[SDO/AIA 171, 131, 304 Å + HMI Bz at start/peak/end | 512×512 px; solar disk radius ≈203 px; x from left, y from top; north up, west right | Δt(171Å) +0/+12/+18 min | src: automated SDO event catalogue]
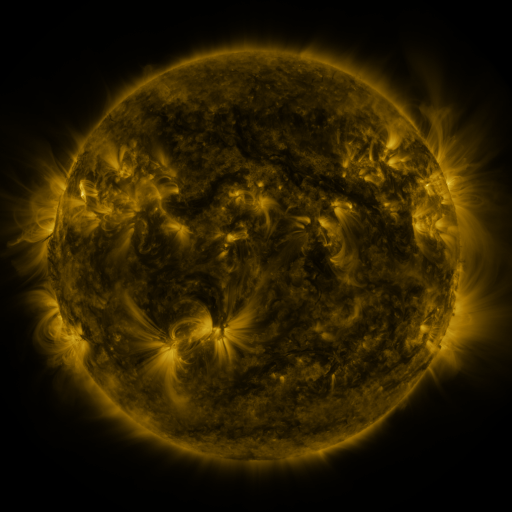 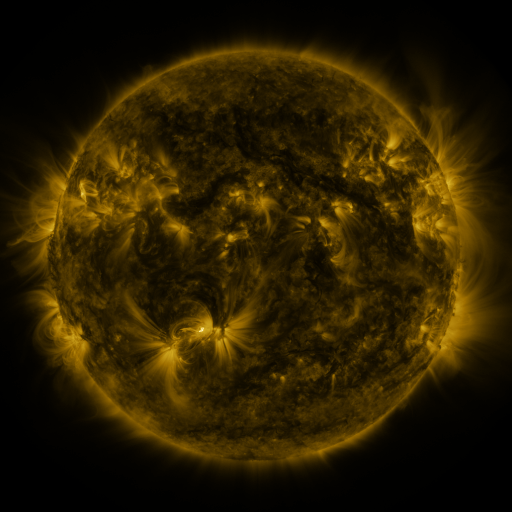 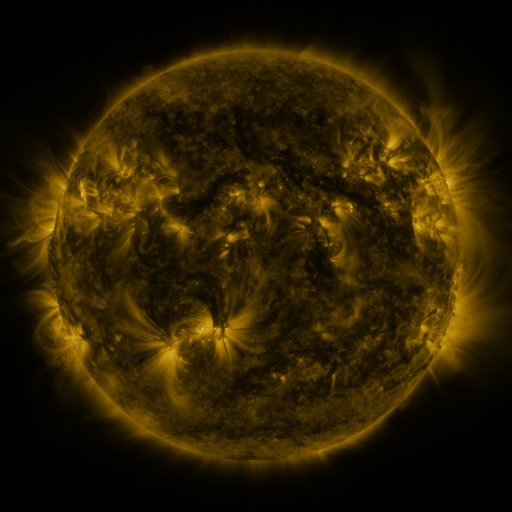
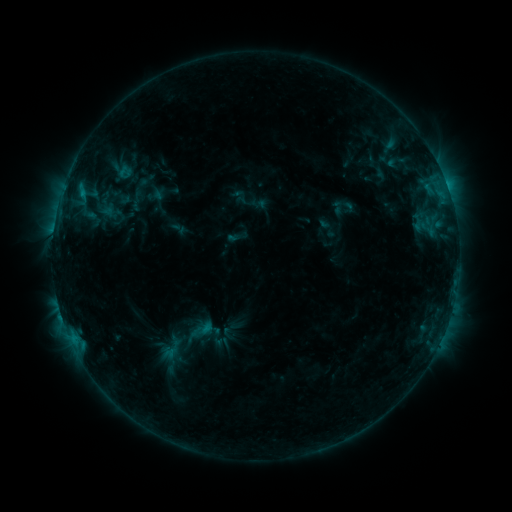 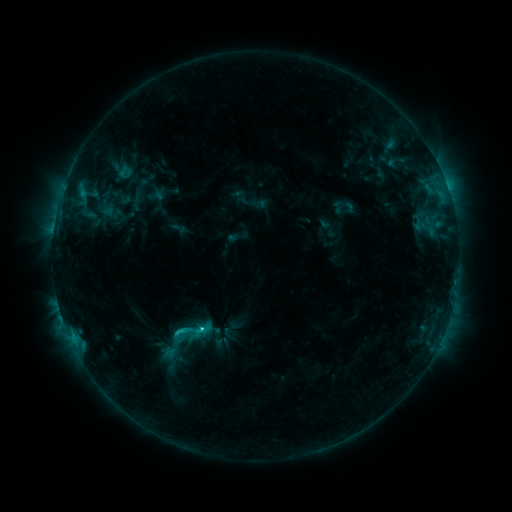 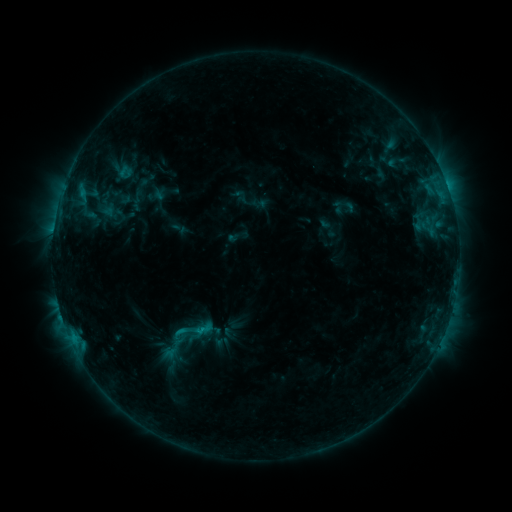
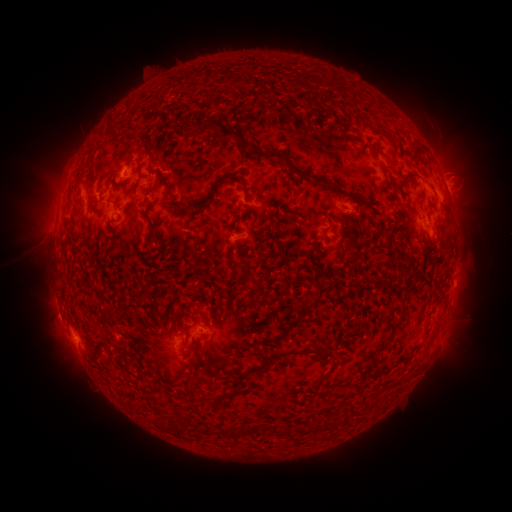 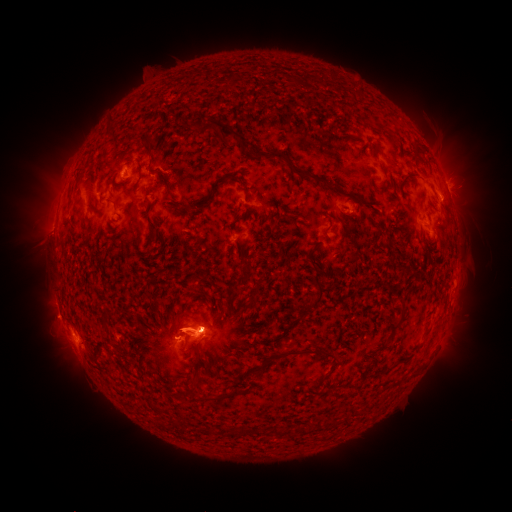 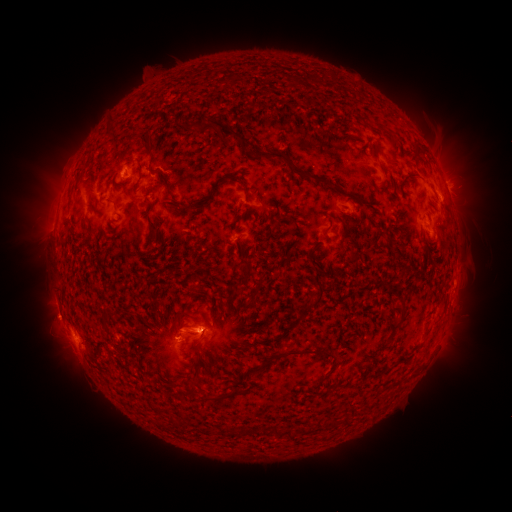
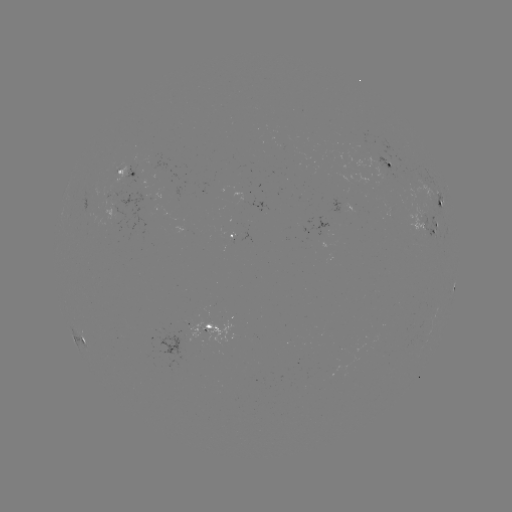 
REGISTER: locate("eruption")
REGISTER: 194,327